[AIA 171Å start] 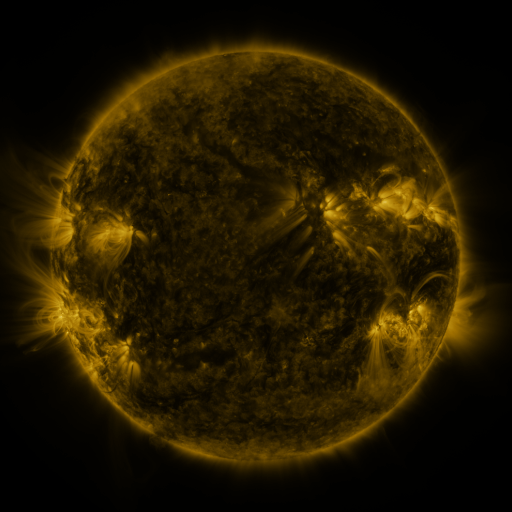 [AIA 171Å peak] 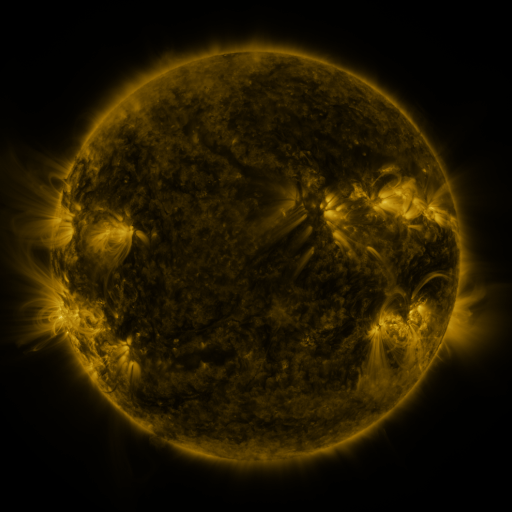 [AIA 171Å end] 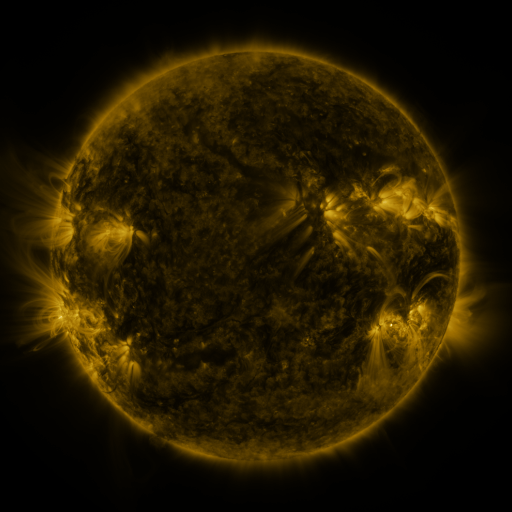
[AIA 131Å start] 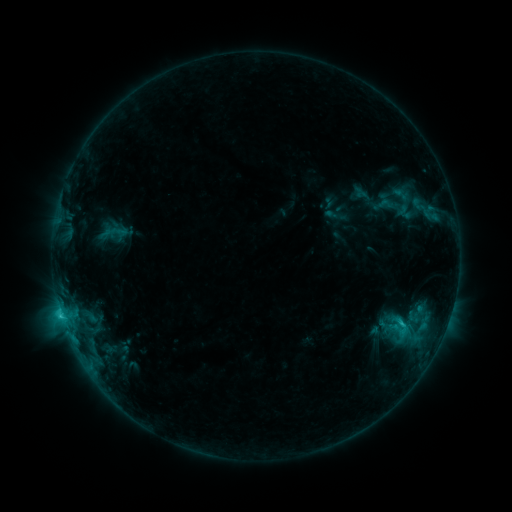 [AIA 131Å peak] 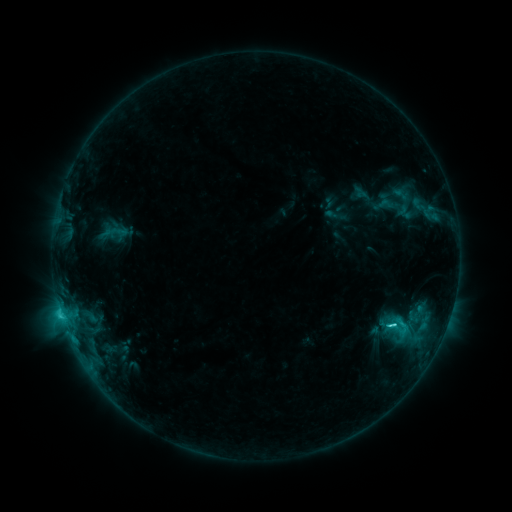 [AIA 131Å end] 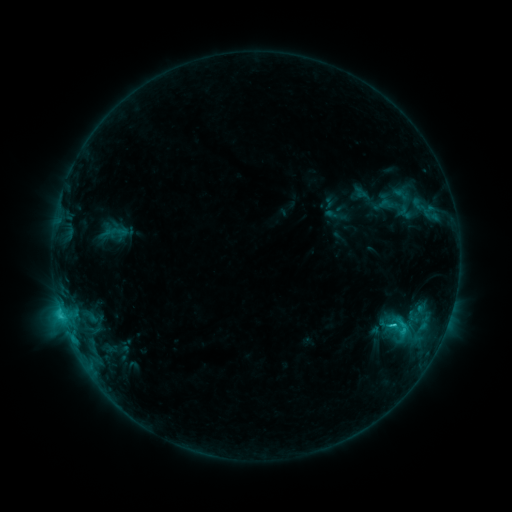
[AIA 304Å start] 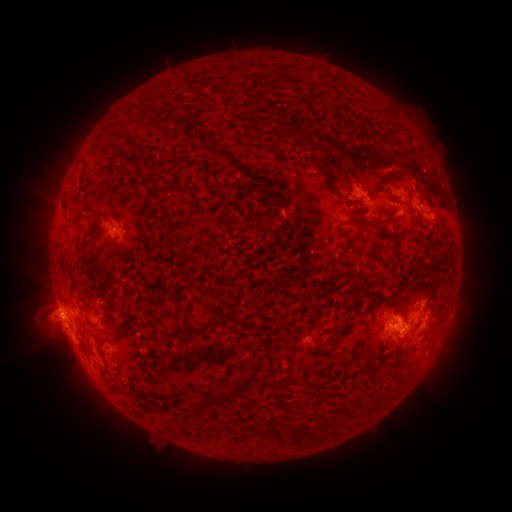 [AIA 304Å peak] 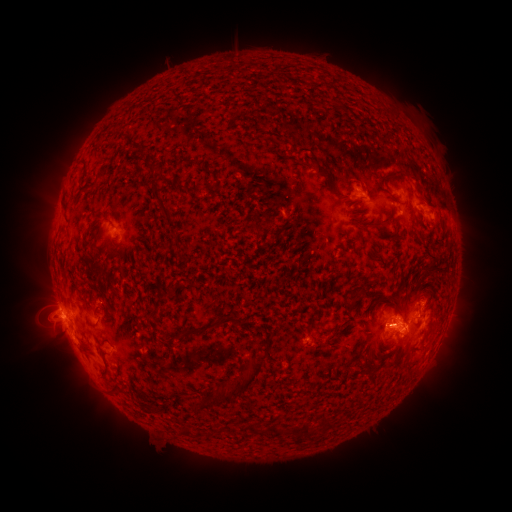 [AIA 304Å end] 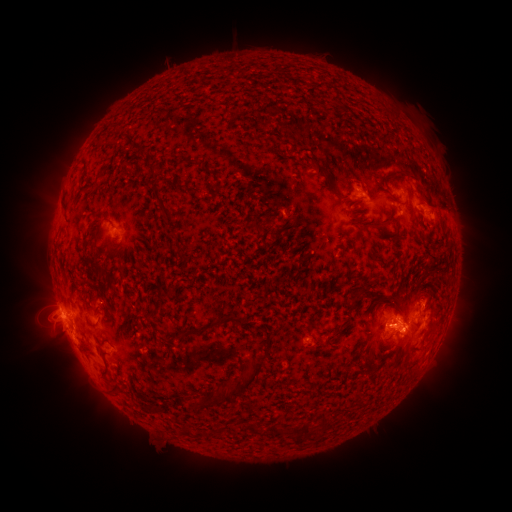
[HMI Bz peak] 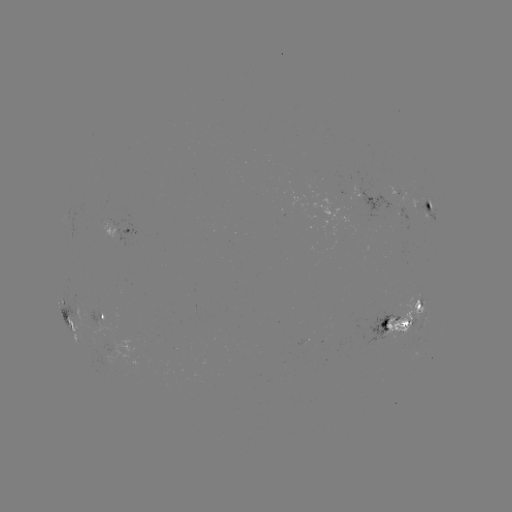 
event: flare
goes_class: C3.4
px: (391, 324)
